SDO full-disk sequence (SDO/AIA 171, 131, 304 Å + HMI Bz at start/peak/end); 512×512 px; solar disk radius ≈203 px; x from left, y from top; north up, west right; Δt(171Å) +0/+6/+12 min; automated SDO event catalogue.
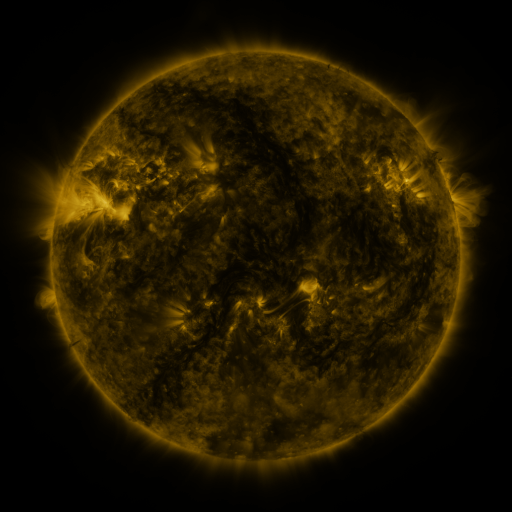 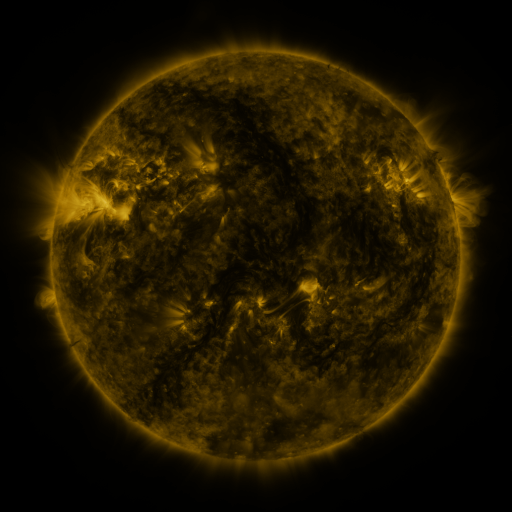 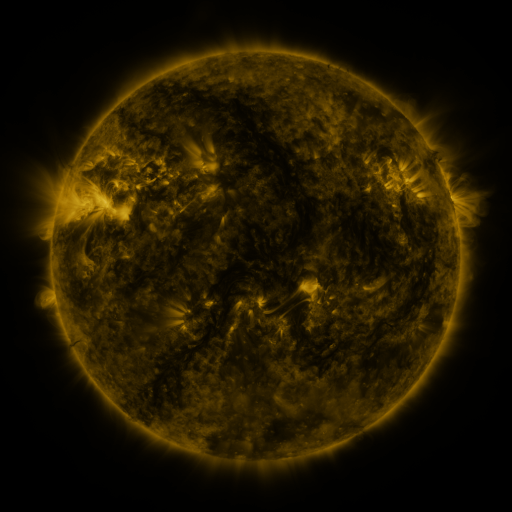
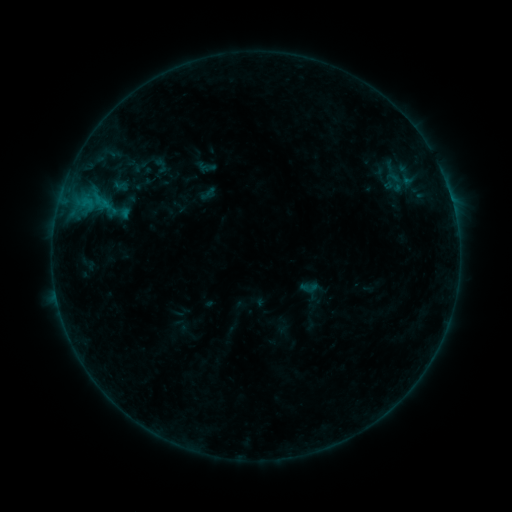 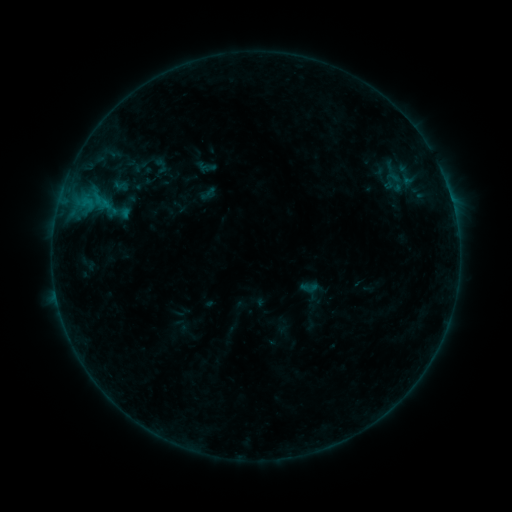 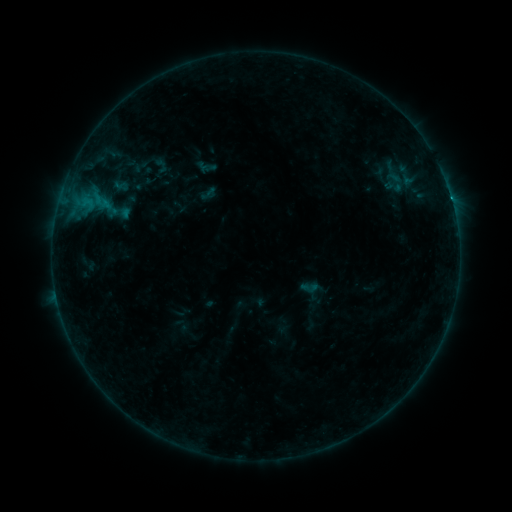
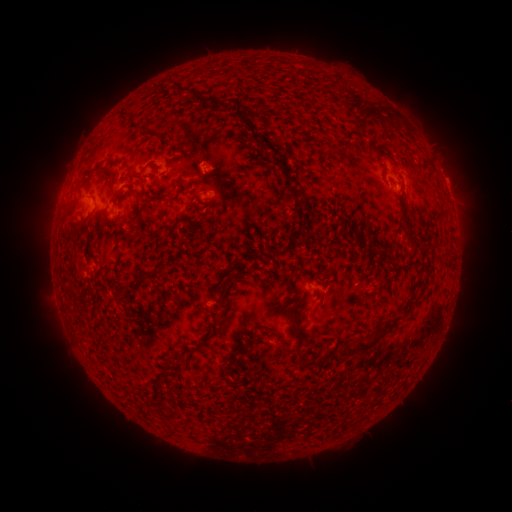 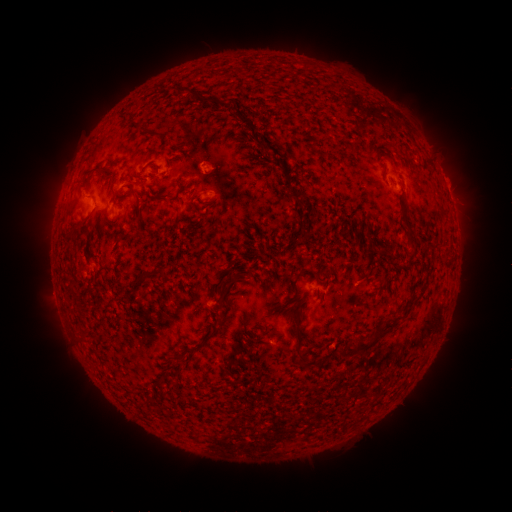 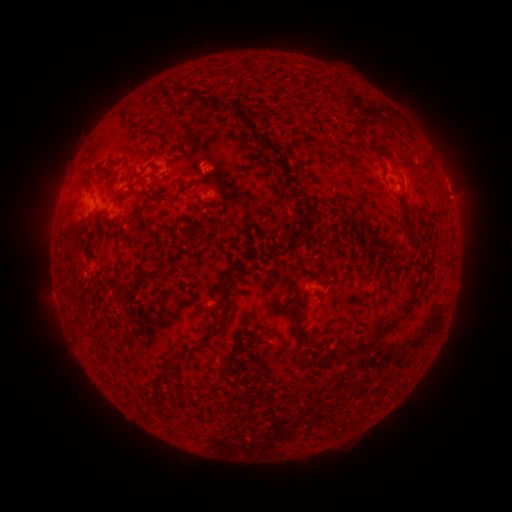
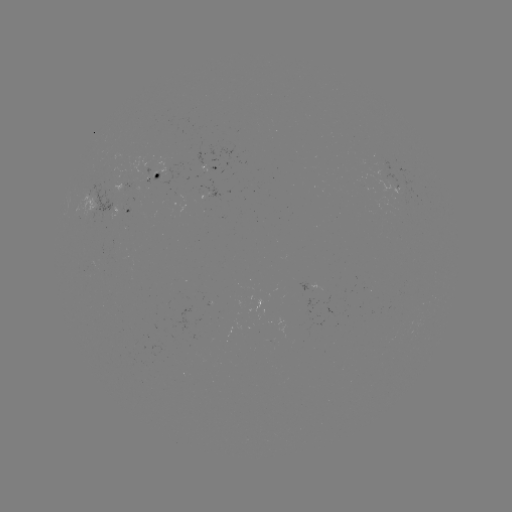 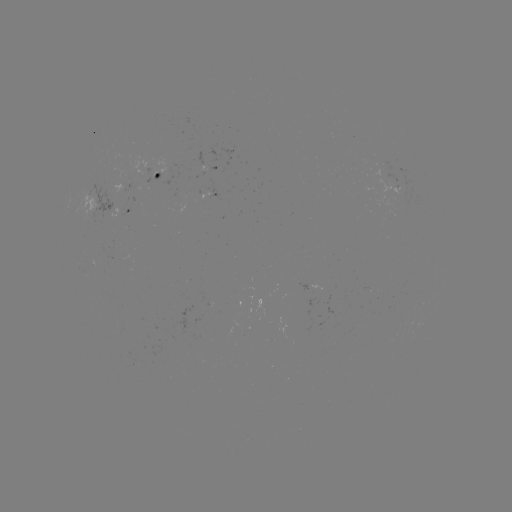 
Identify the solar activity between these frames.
B7.0 flare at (58, 300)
